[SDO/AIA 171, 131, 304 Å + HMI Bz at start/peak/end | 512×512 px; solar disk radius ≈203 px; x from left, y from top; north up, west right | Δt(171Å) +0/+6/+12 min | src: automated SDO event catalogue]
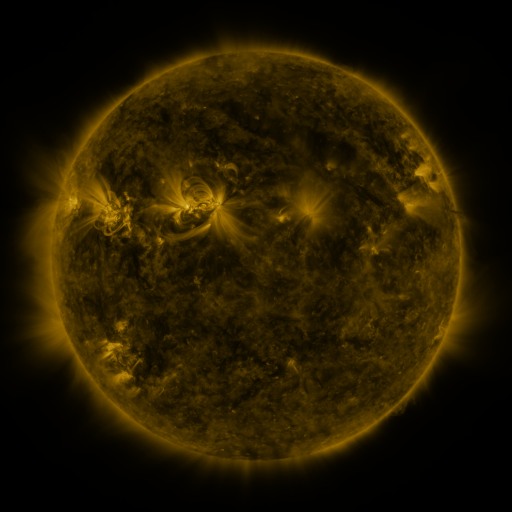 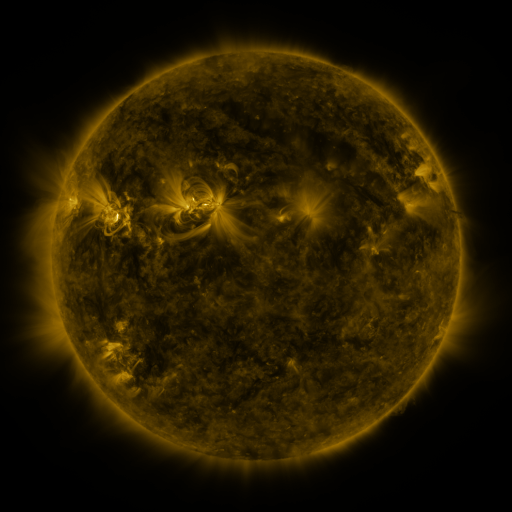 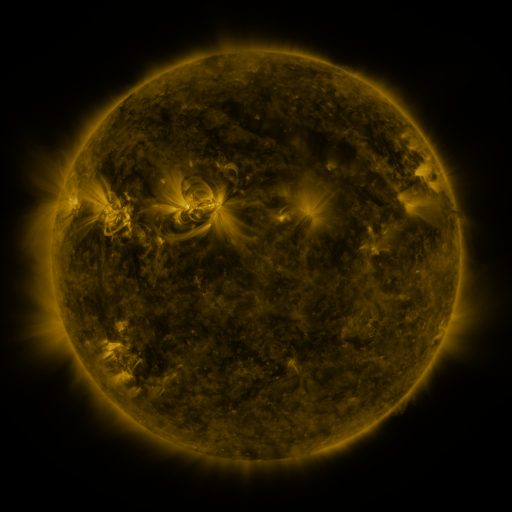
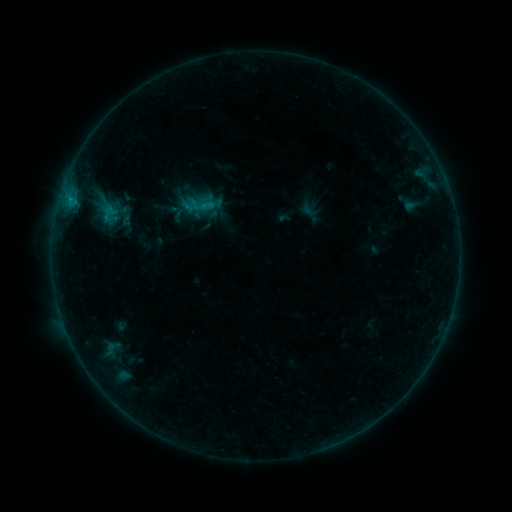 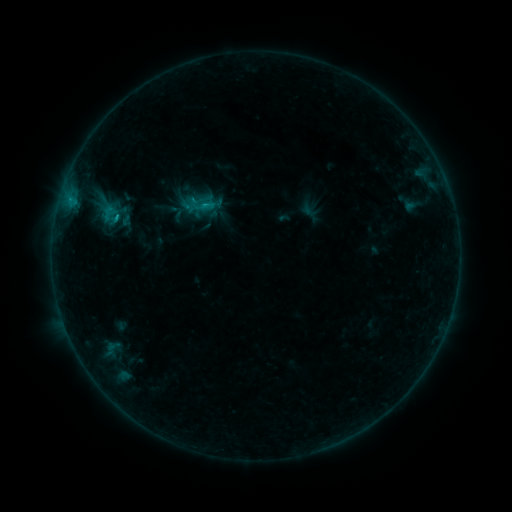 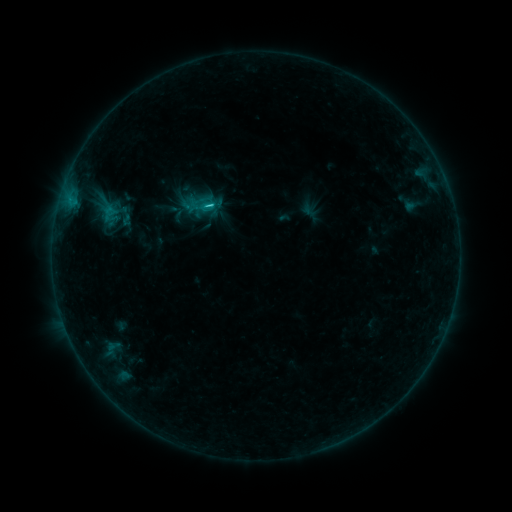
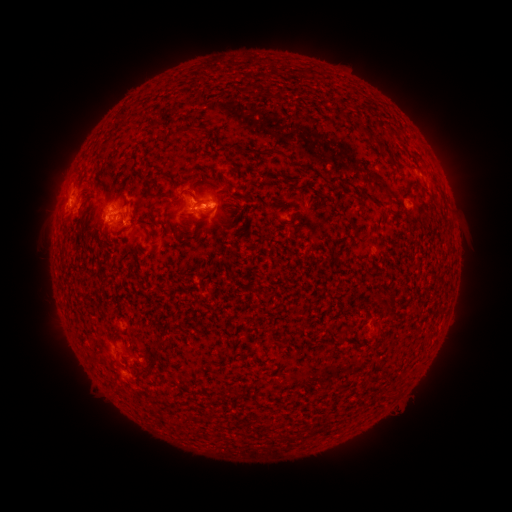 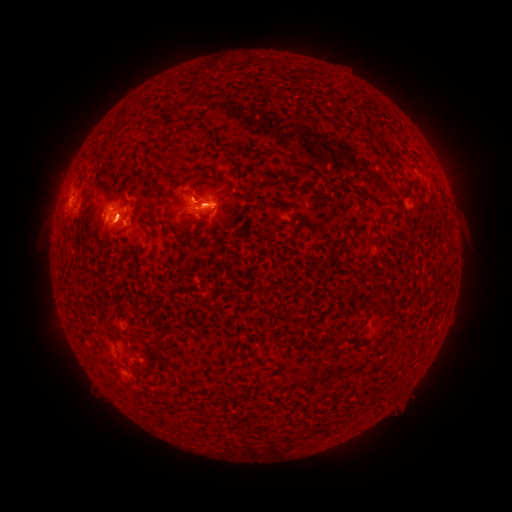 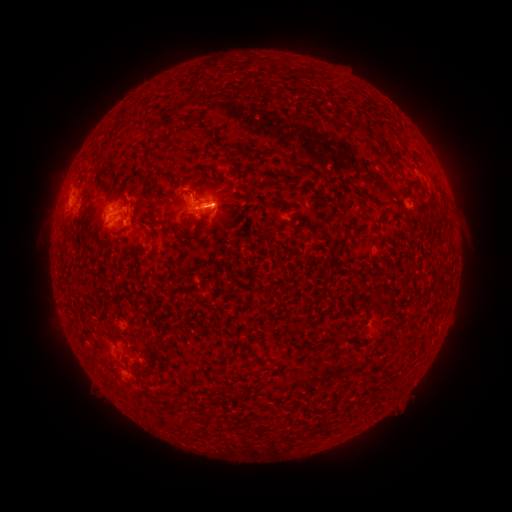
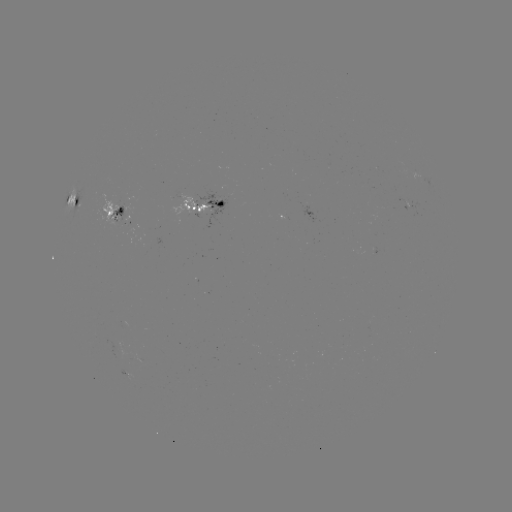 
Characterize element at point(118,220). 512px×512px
C1.1 flare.